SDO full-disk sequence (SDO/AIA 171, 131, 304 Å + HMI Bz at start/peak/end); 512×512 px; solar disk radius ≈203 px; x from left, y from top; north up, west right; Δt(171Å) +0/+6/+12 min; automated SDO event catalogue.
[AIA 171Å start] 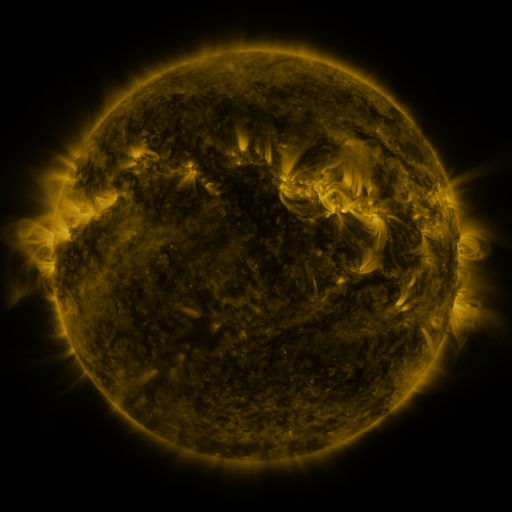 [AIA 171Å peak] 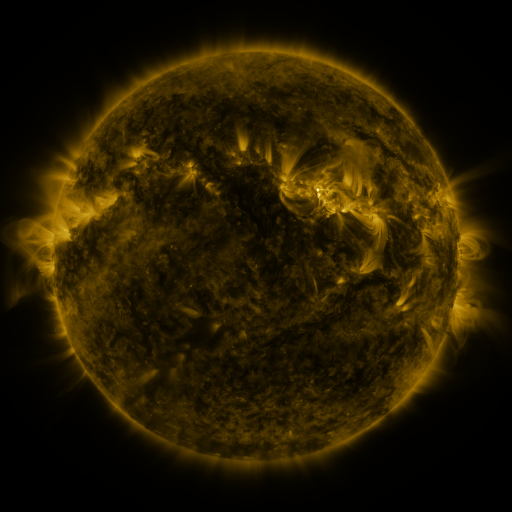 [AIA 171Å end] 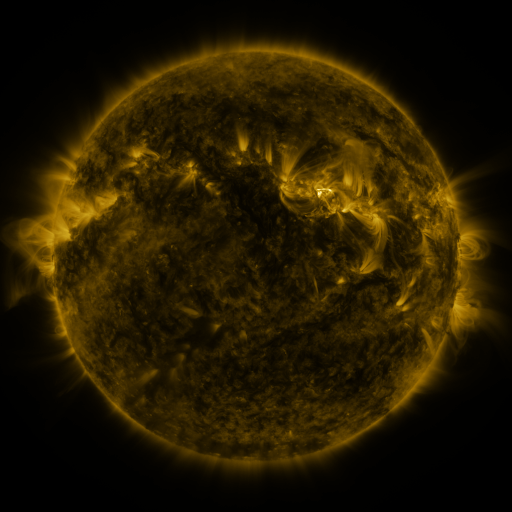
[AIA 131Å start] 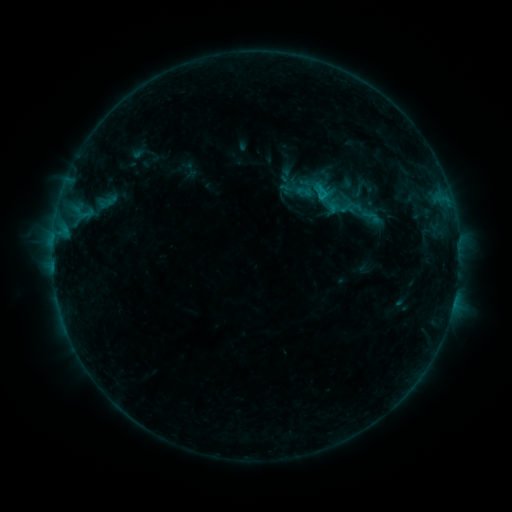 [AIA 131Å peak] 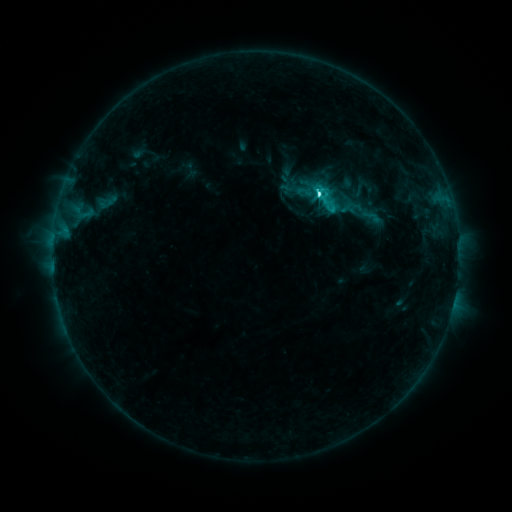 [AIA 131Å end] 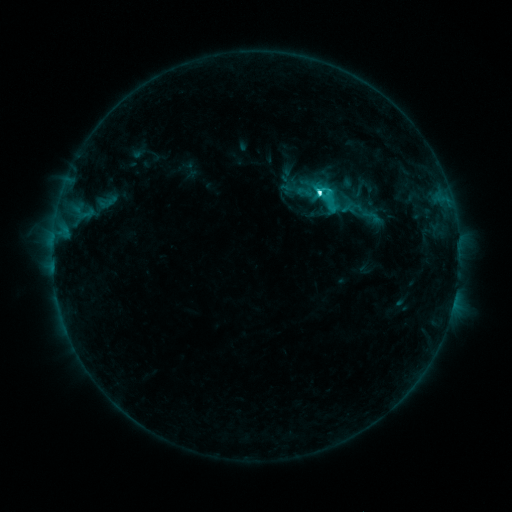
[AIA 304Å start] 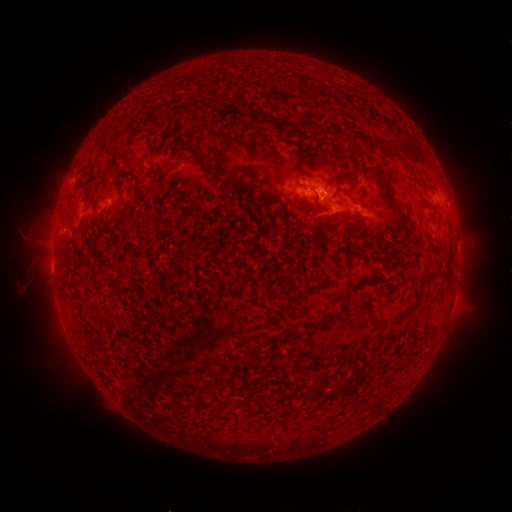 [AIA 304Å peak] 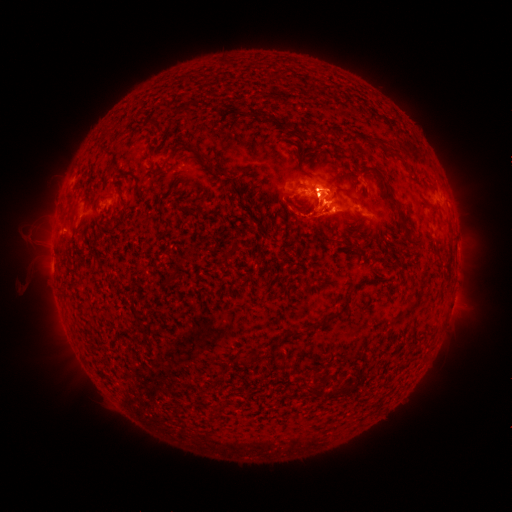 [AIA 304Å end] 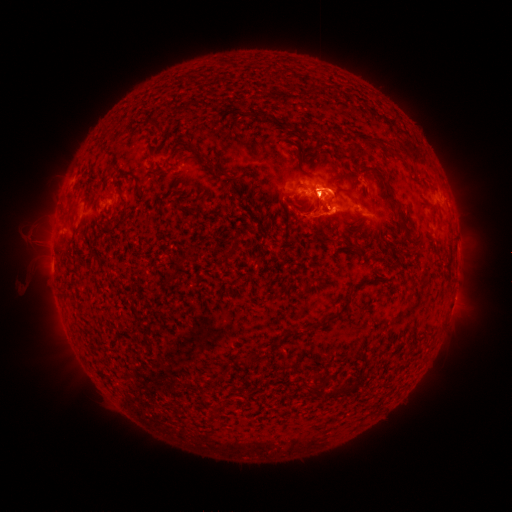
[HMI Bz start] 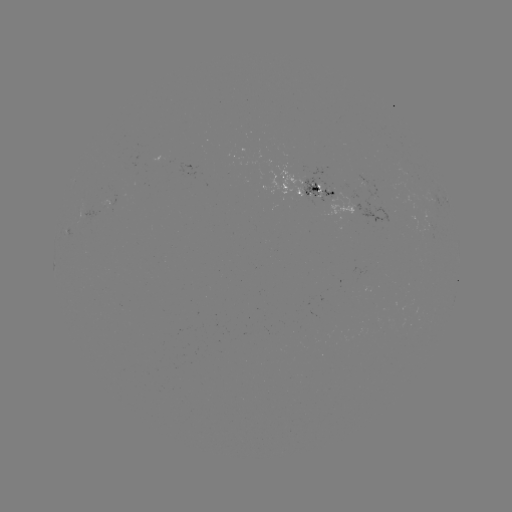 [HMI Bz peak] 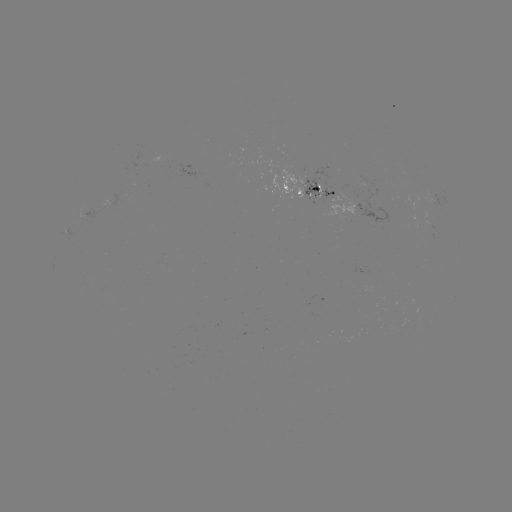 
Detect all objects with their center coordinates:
C6.8 flare: (317, 195)
